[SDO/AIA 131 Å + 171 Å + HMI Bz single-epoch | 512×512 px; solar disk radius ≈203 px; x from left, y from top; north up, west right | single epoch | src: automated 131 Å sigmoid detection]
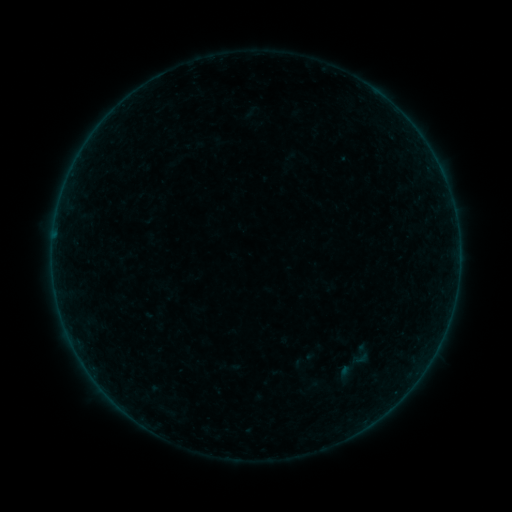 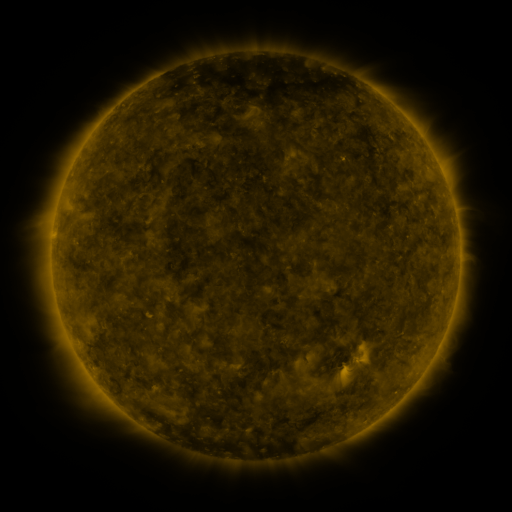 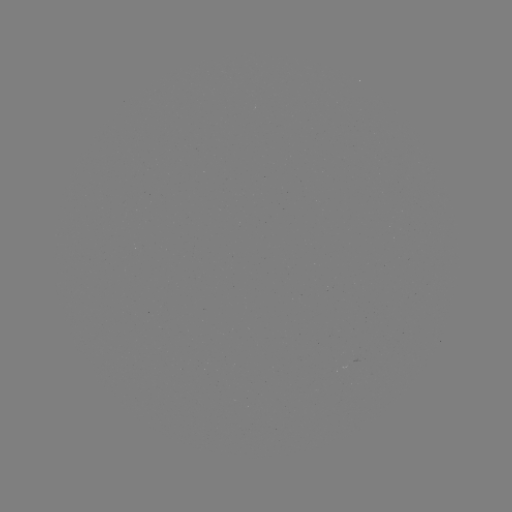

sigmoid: [351, 350, 369, 367]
